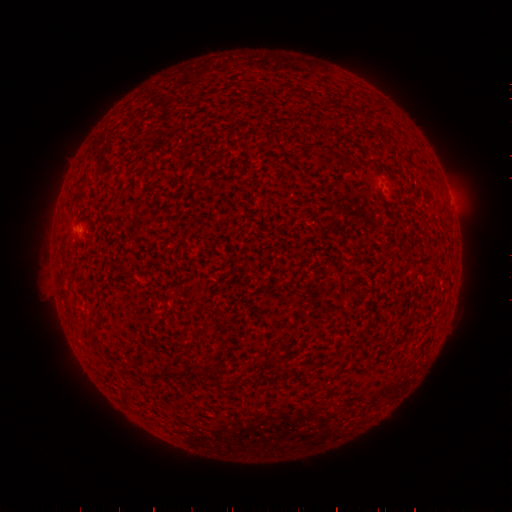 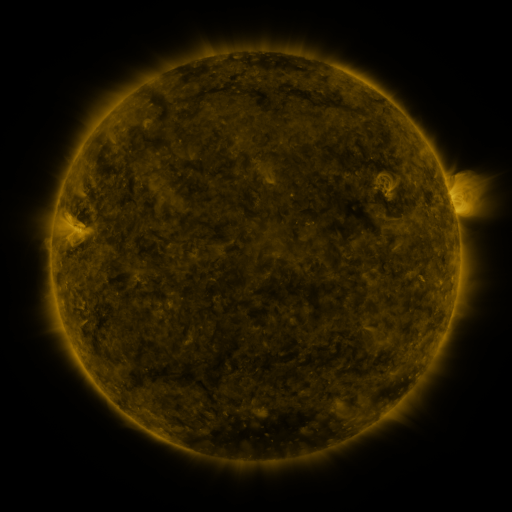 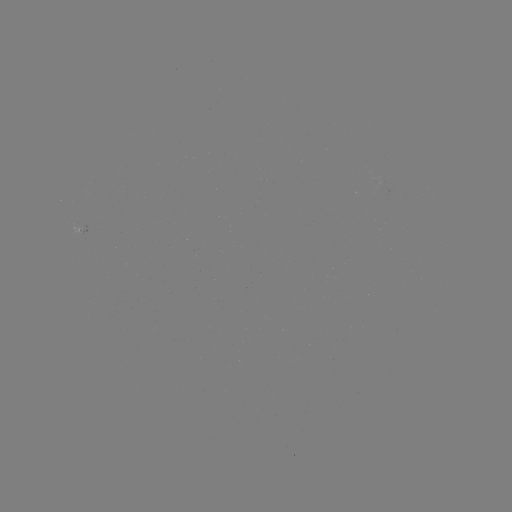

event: spotted active region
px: (87, 225)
